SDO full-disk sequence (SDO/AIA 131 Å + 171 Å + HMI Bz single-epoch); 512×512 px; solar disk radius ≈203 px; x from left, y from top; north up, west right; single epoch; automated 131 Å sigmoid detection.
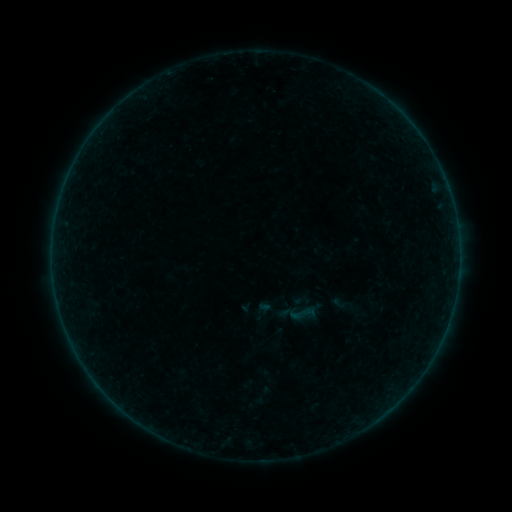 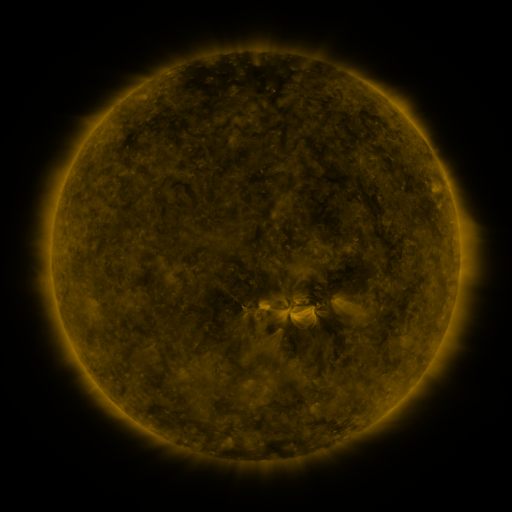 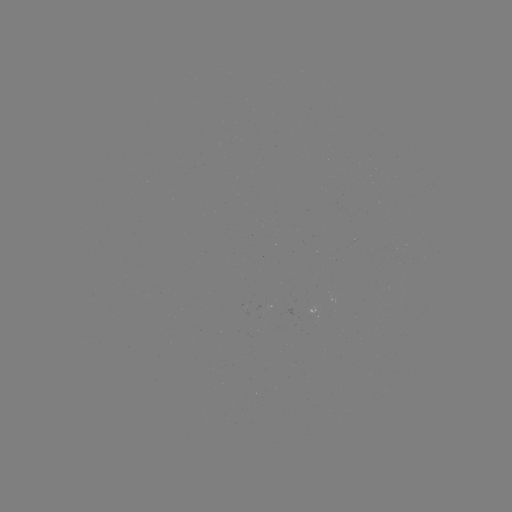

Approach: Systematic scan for sigmoid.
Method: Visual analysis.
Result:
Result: sigmoid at (297, 314).